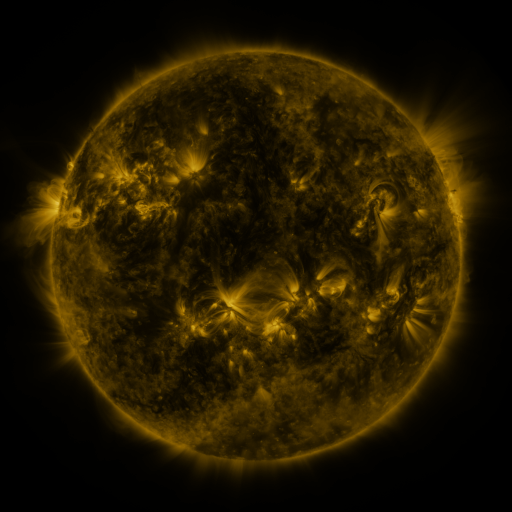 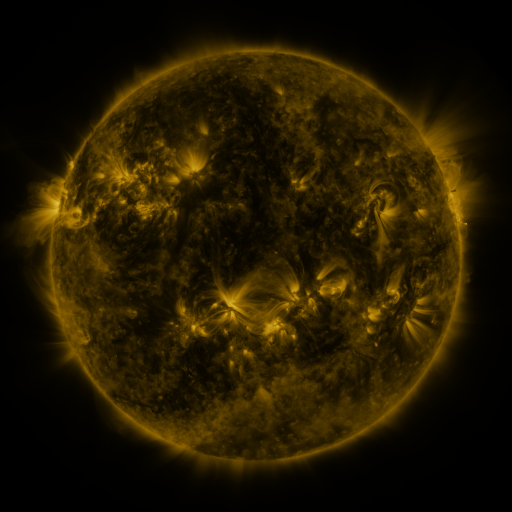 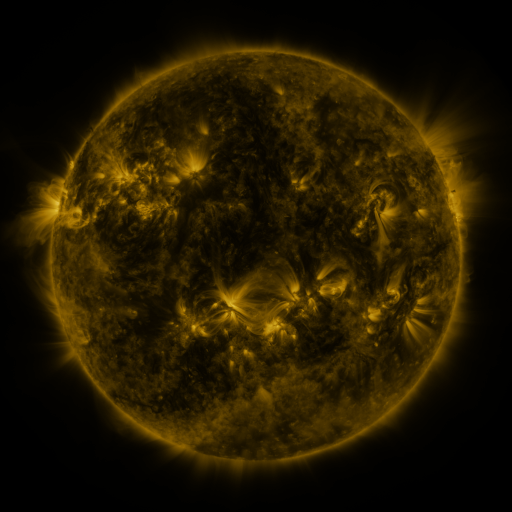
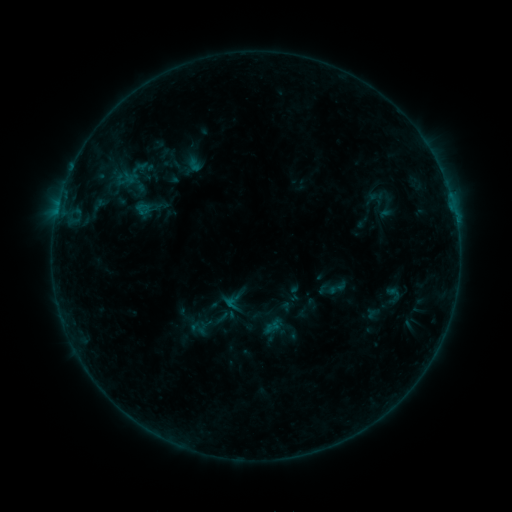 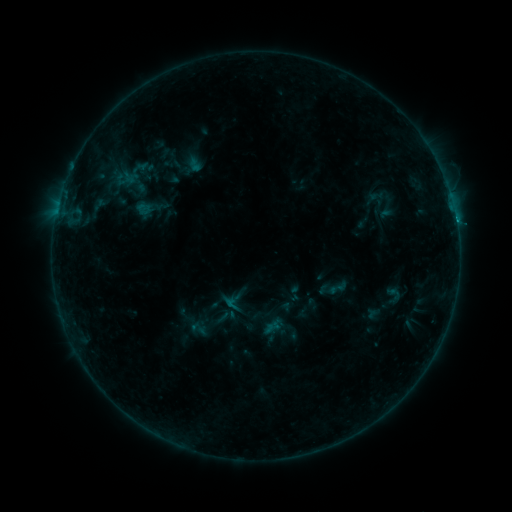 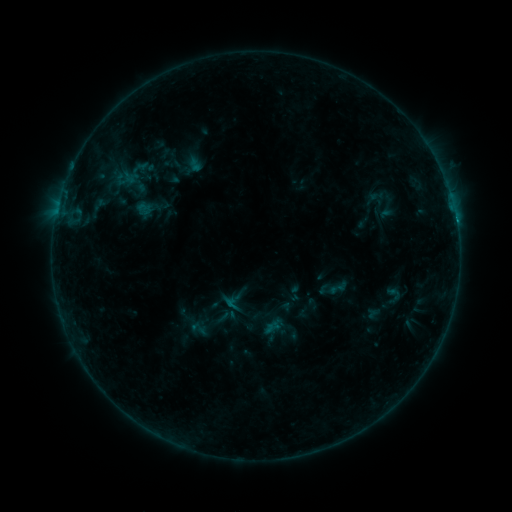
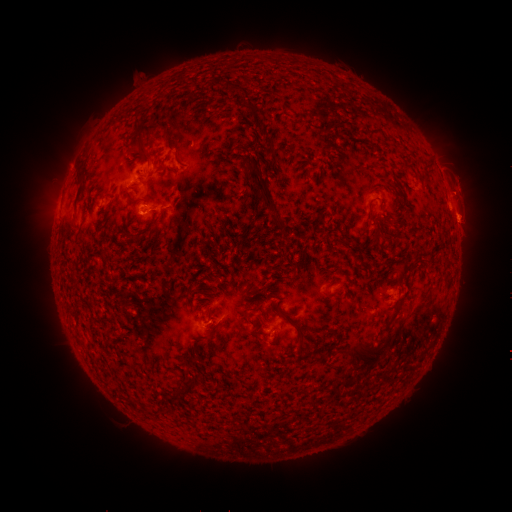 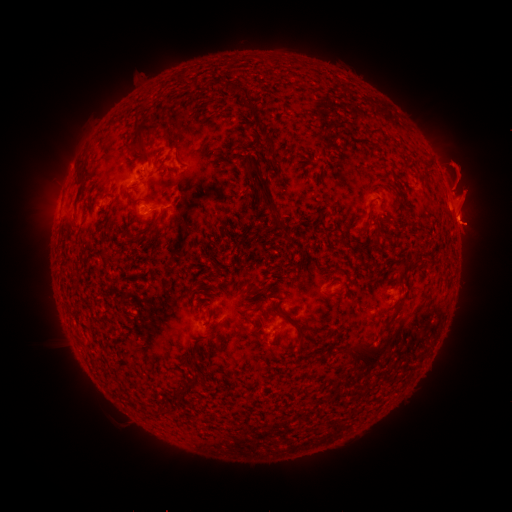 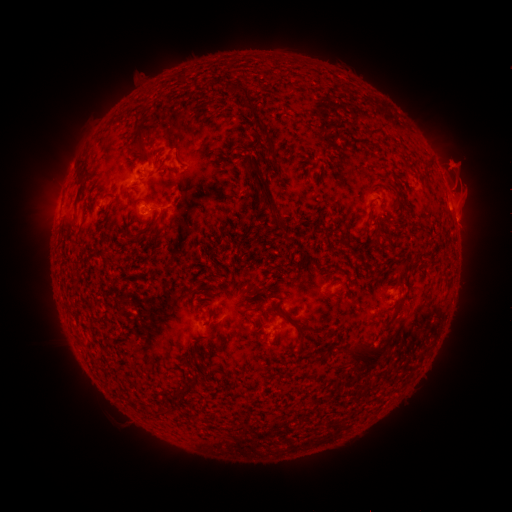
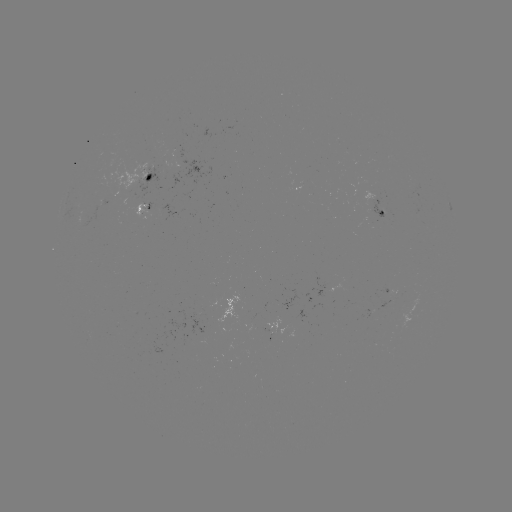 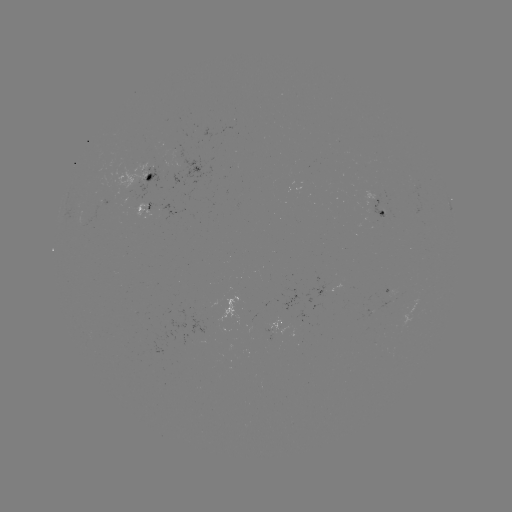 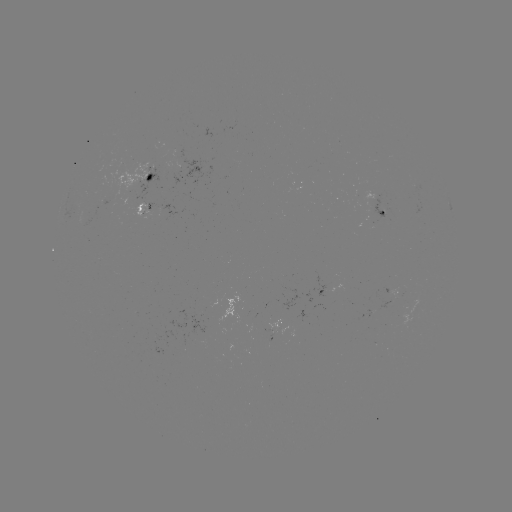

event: flare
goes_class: B5.1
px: (455, 220)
